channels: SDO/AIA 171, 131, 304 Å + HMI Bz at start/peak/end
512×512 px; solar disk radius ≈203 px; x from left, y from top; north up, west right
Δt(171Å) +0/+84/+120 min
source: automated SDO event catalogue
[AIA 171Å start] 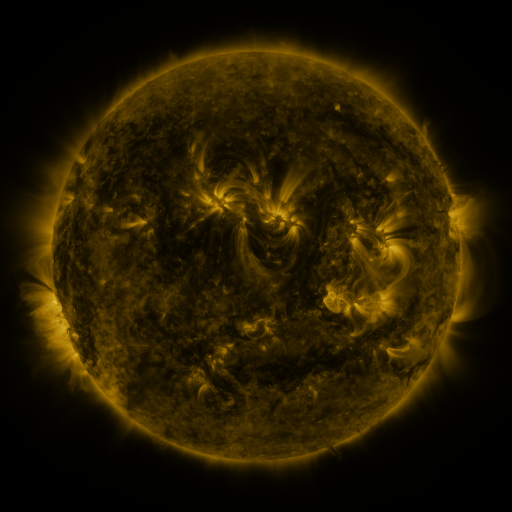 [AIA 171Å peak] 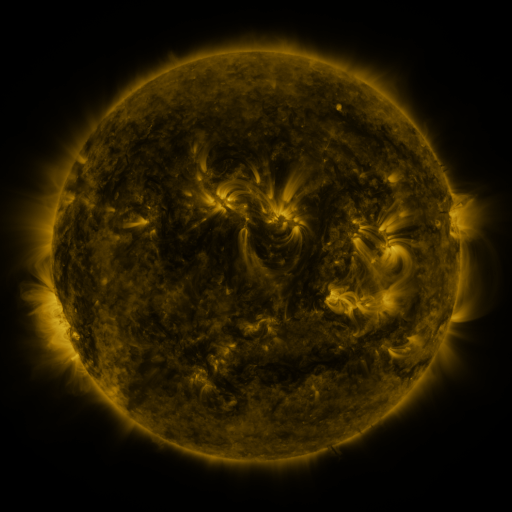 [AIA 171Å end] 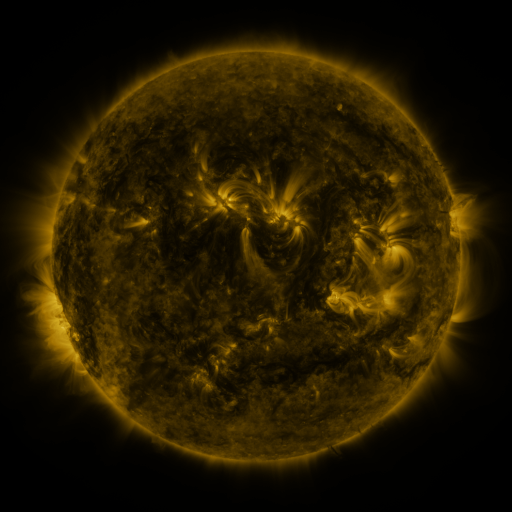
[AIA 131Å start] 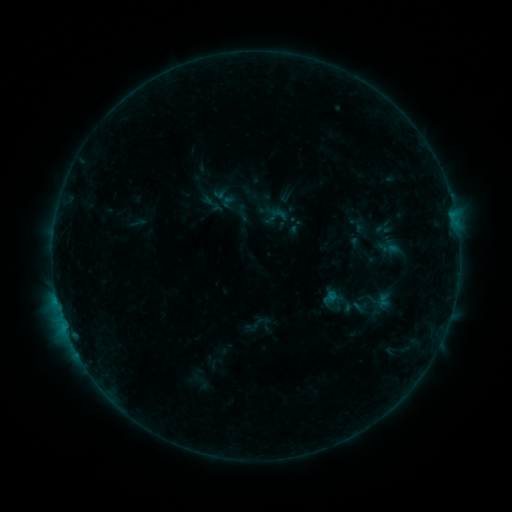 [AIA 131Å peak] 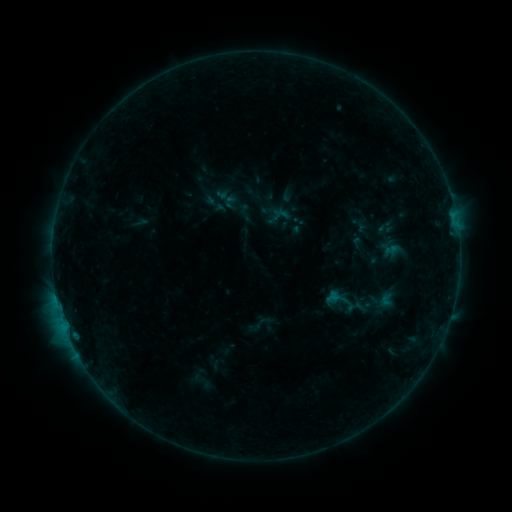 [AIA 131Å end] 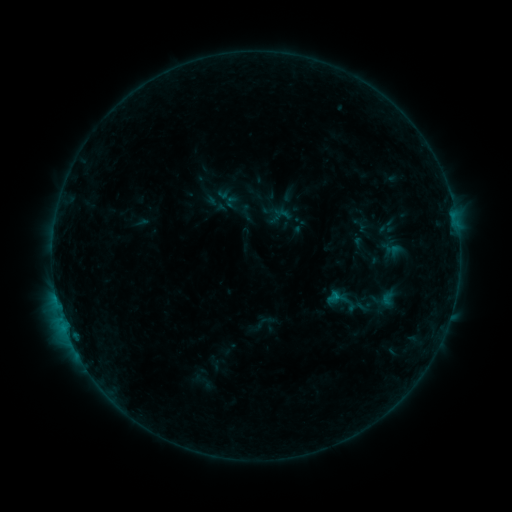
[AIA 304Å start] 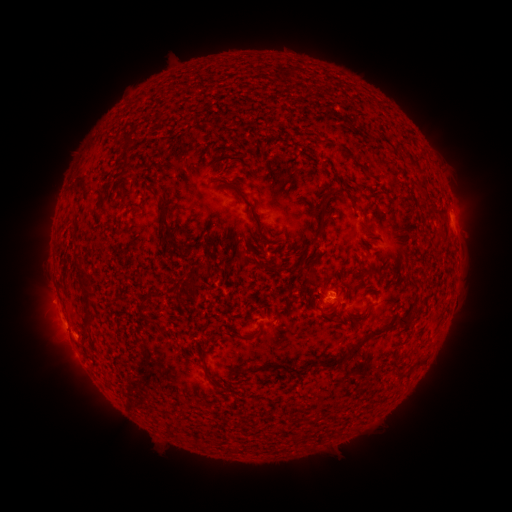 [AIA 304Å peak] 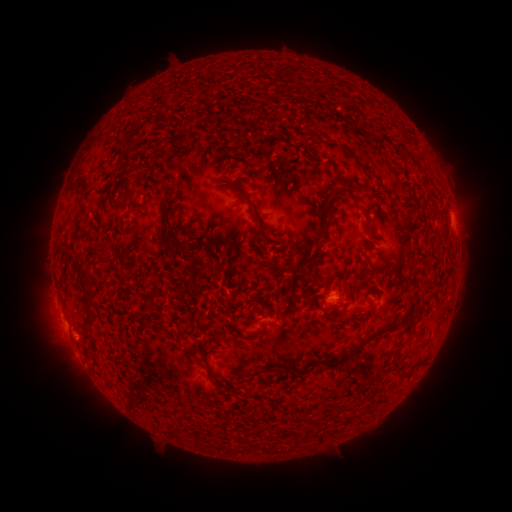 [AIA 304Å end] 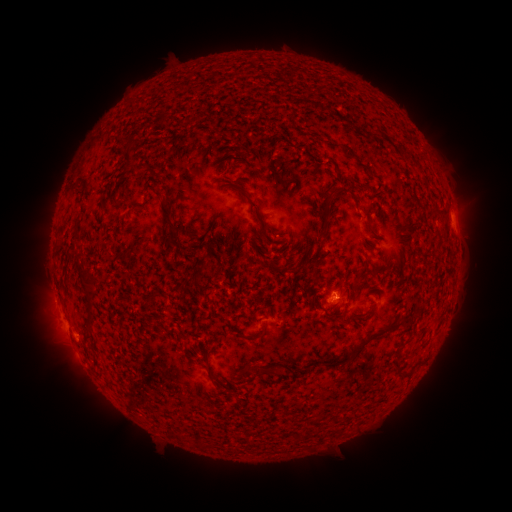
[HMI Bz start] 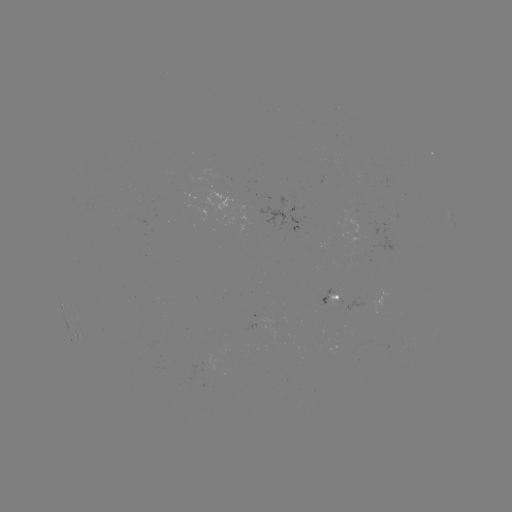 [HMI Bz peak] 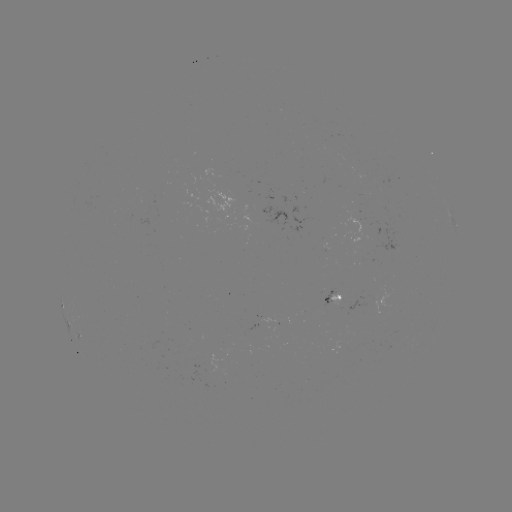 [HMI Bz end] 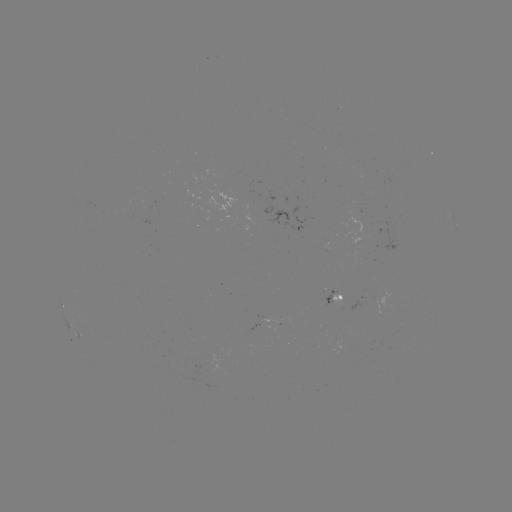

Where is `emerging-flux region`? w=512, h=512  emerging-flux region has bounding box [258, 314, 275, 322].